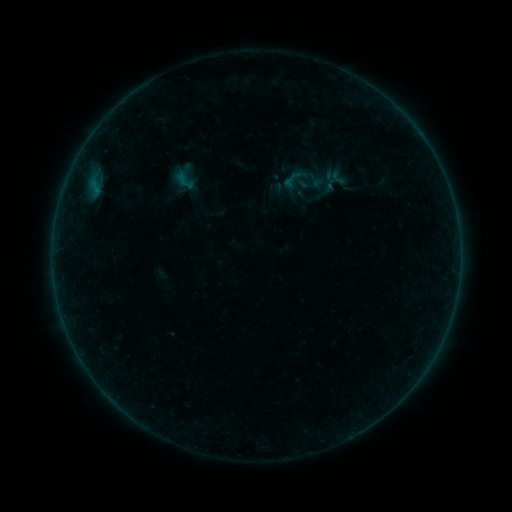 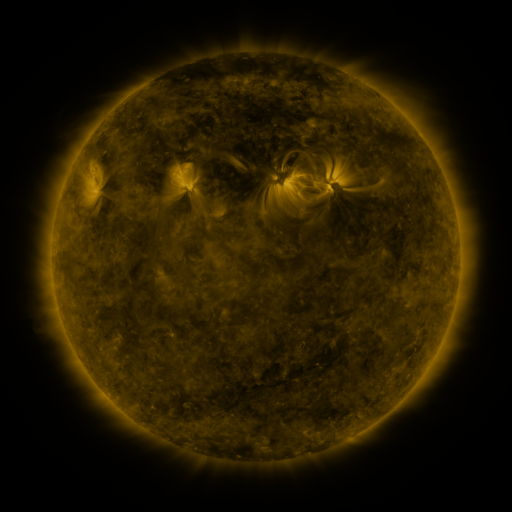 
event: sigmoid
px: (184, 180)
